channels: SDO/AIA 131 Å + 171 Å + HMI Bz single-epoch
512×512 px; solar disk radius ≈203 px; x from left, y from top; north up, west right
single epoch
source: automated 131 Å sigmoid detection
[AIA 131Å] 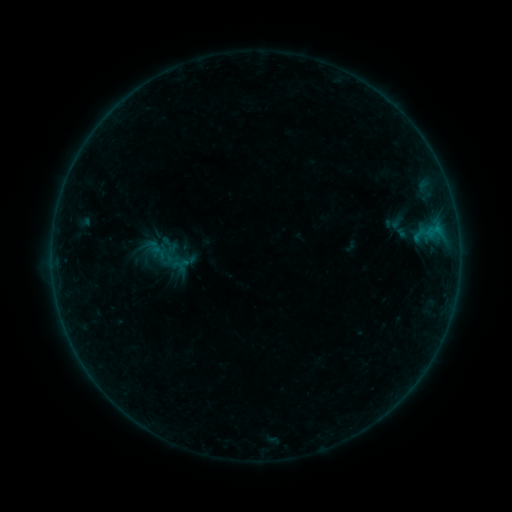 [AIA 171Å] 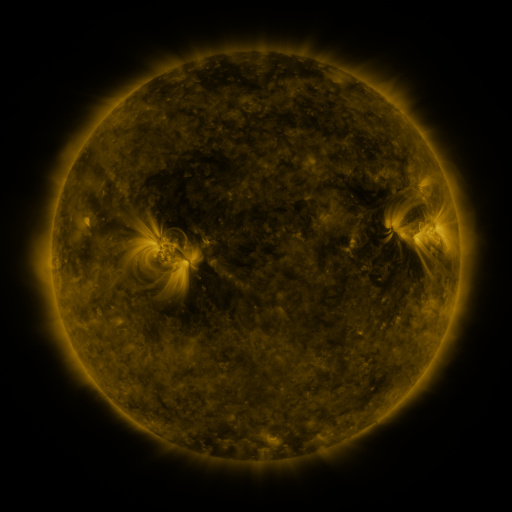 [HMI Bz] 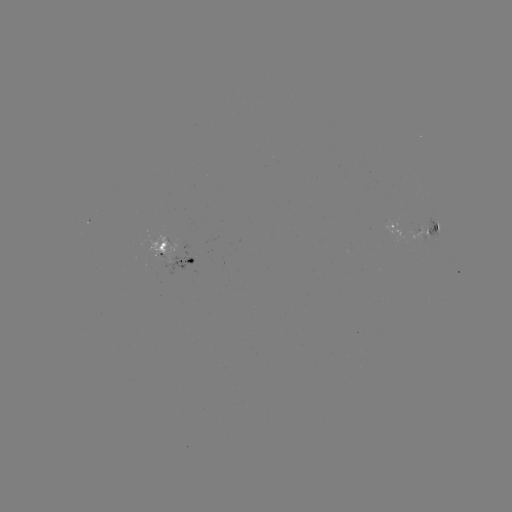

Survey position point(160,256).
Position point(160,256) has sigmoid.